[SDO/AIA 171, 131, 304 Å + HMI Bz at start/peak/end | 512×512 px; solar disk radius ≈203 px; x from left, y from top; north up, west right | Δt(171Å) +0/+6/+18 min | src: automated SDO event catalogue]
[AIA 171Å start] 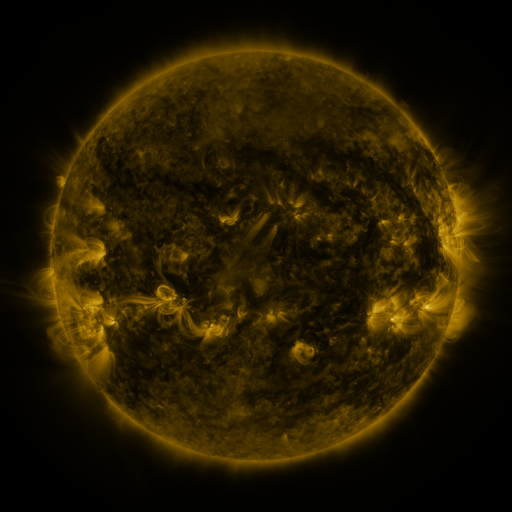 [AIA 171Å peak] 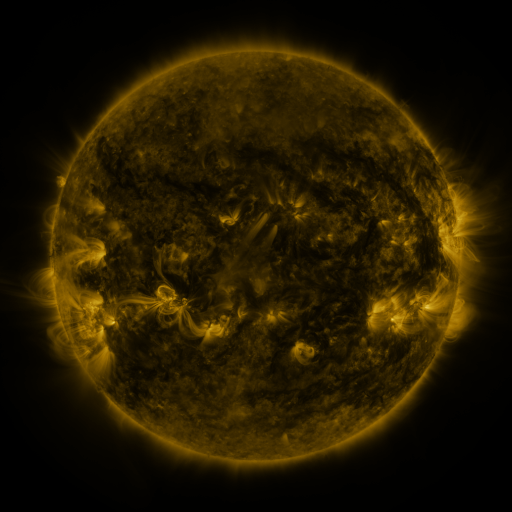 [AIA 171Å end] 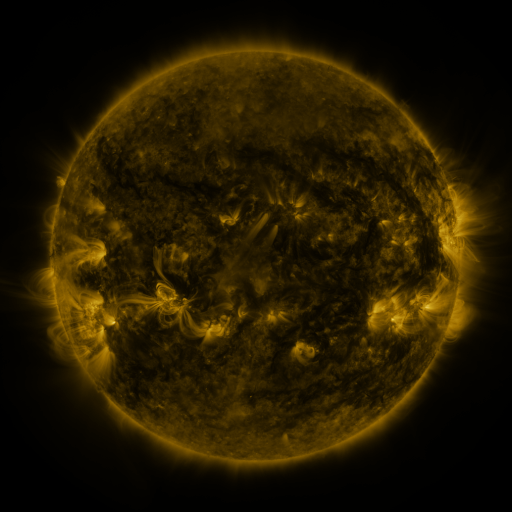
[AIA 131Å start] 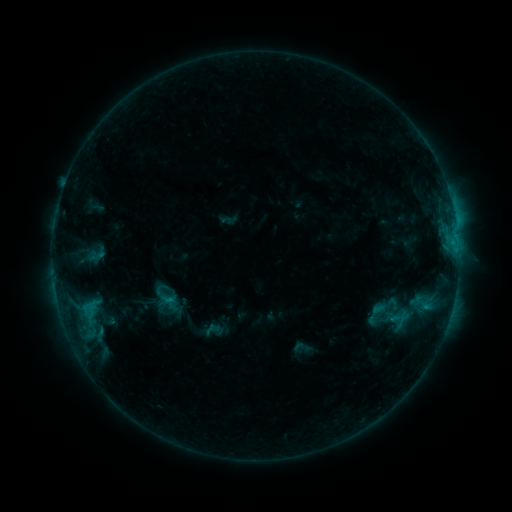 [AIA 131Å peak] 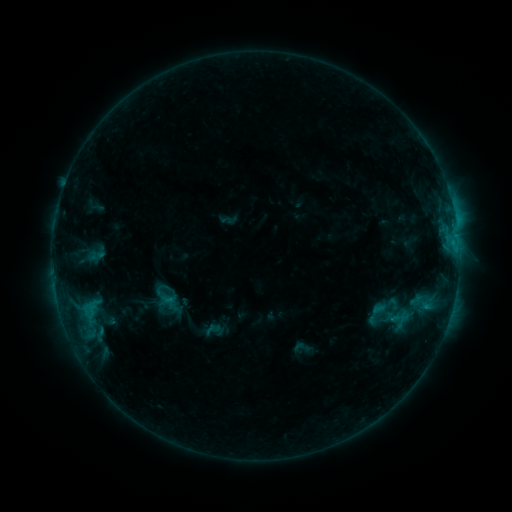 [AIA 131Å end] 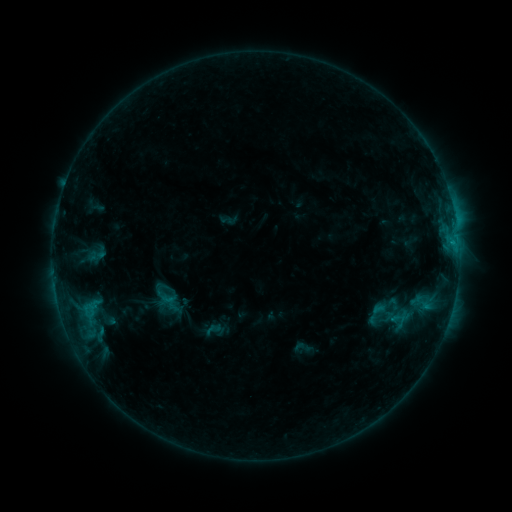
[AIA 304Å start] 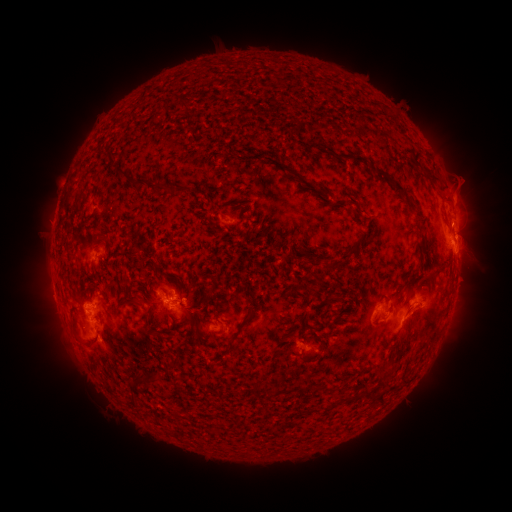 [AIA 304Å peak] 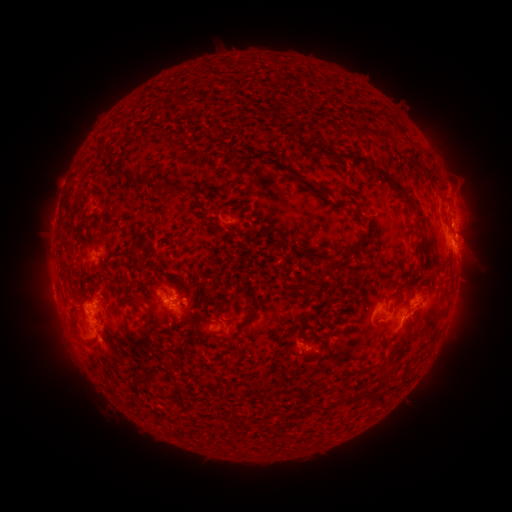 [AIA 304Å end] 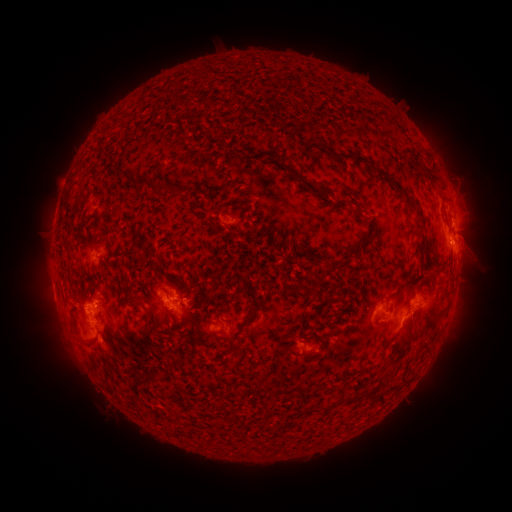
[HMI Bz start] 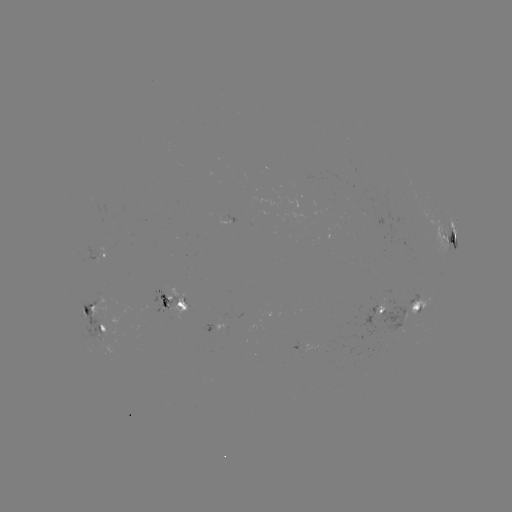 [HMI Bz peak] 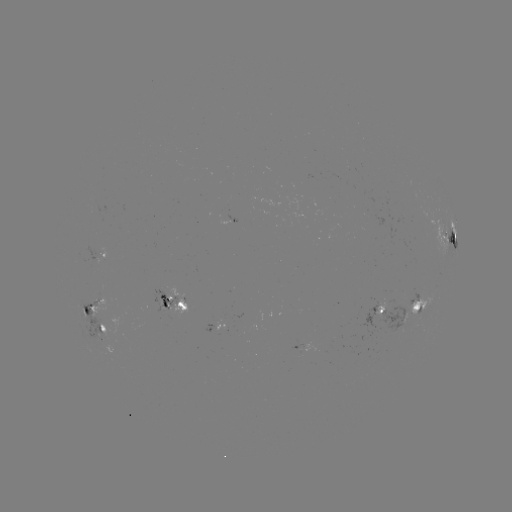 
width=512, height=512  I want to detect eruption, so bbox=[437, 168, 480, 229].